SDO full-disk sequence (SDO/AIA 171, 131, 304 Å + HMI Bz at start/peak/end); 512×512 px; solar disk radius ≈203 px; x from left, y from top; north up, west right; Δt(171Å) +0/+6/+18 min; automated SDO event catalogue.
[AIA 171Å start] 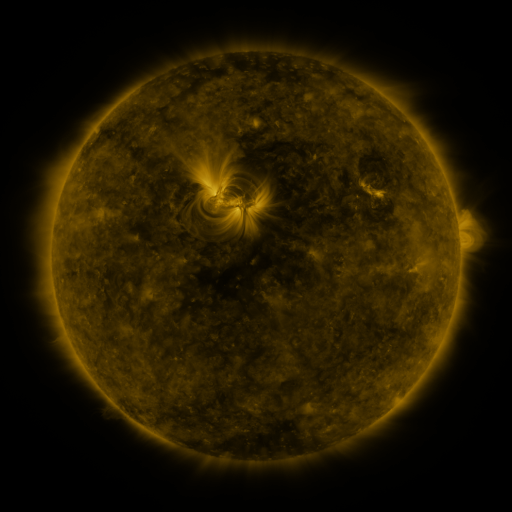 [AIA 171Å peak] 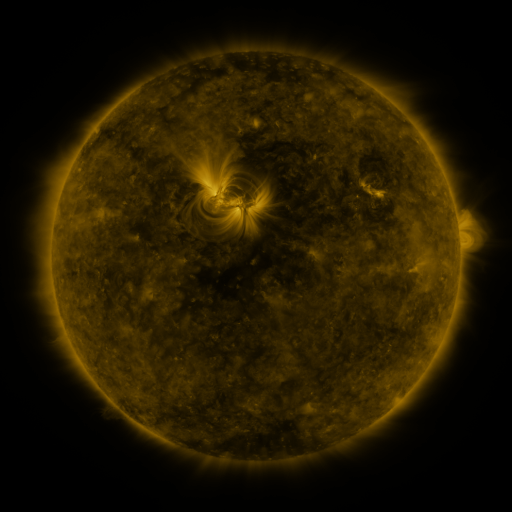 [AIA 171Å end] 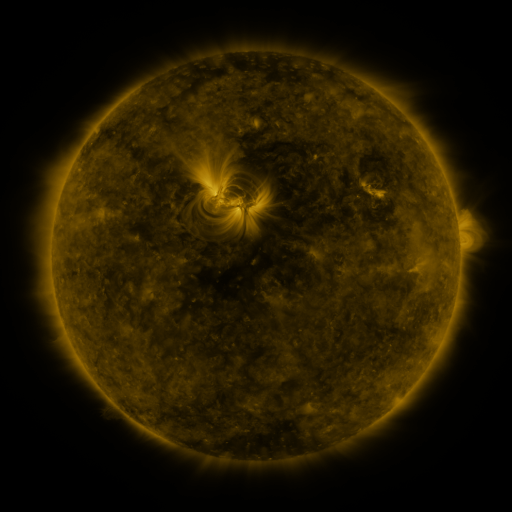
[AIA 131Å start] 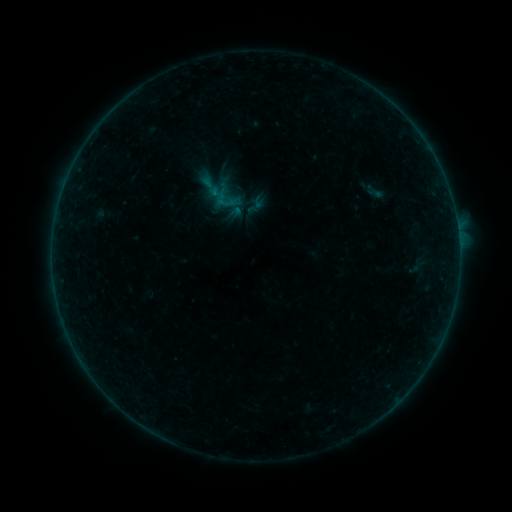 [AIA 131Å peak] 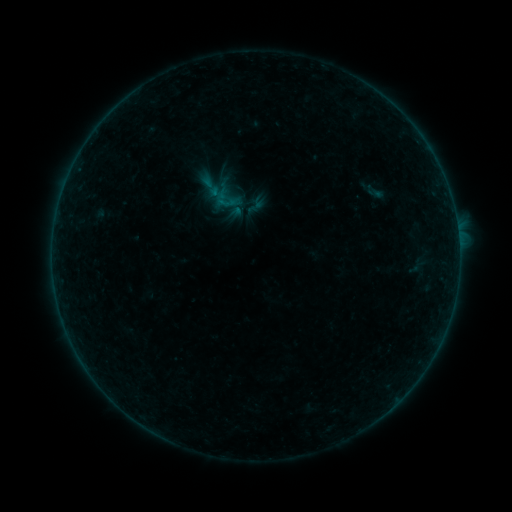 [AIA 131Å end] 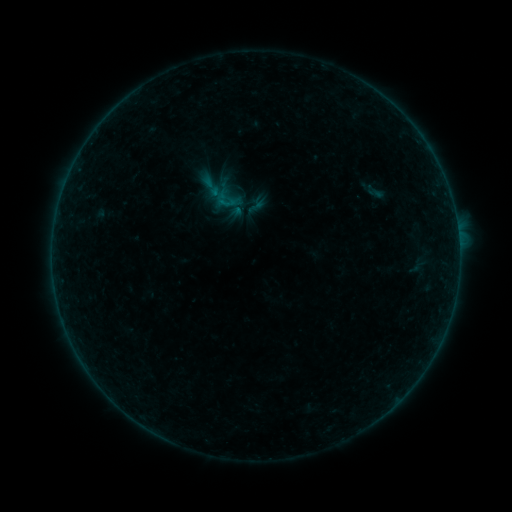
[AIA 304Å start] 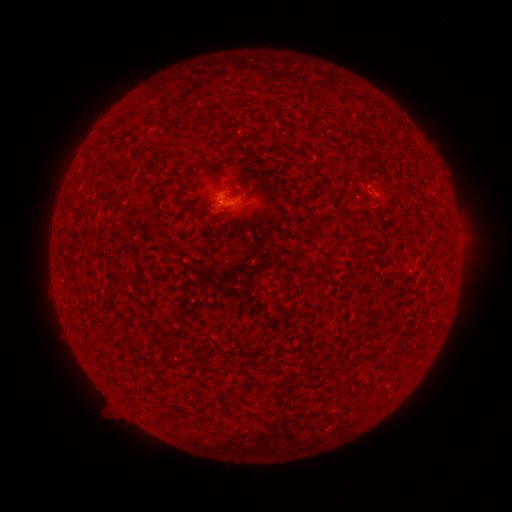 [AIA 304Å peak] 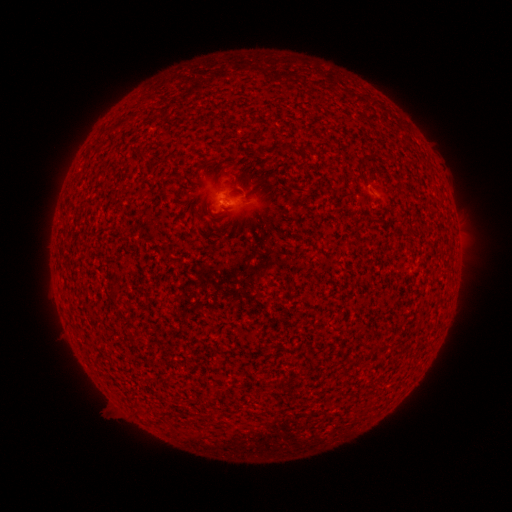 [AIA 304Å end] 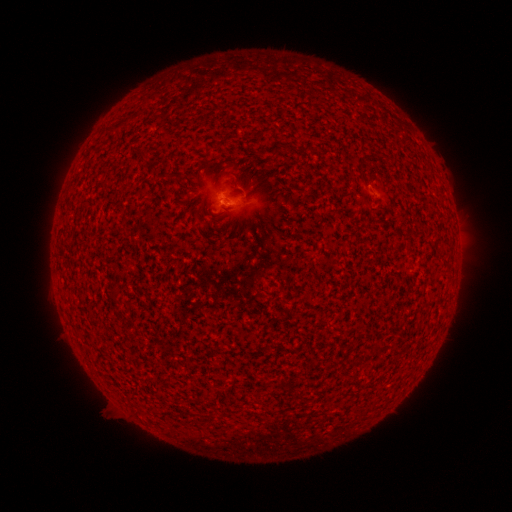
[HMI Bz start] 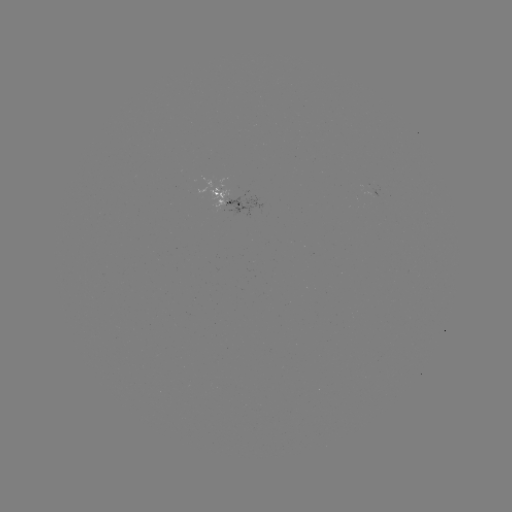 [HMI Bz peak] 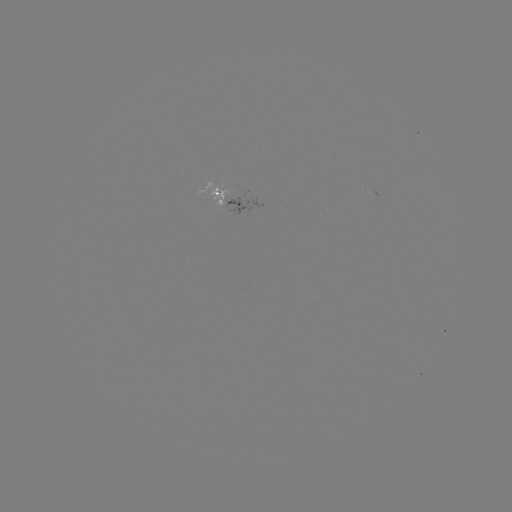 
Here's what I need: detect B1.0 flare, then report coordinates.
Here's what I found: B1.0 flare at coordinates [225, 203].